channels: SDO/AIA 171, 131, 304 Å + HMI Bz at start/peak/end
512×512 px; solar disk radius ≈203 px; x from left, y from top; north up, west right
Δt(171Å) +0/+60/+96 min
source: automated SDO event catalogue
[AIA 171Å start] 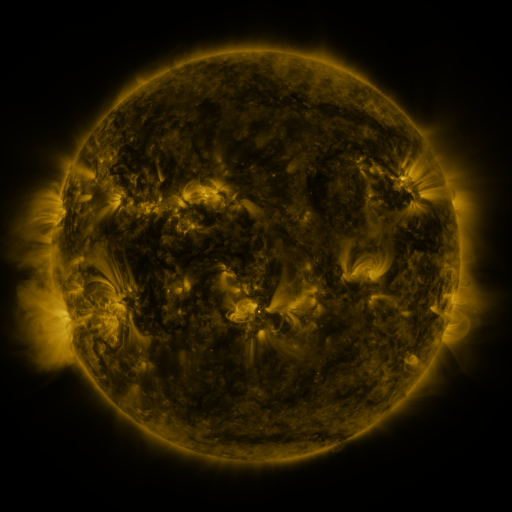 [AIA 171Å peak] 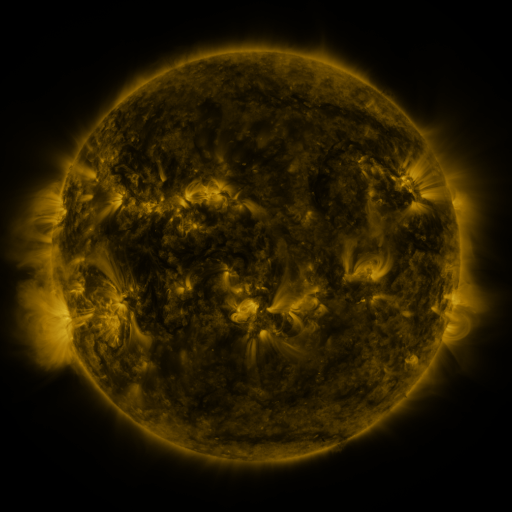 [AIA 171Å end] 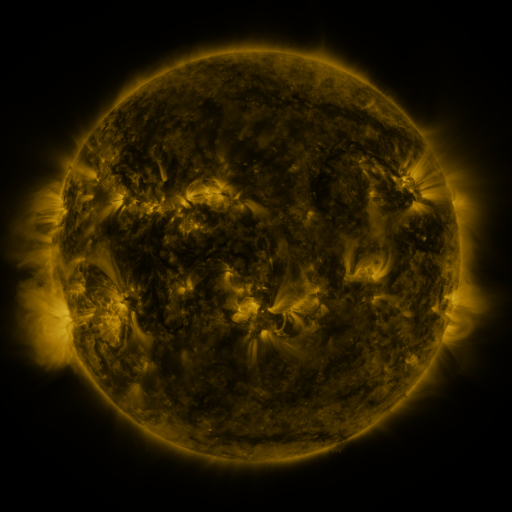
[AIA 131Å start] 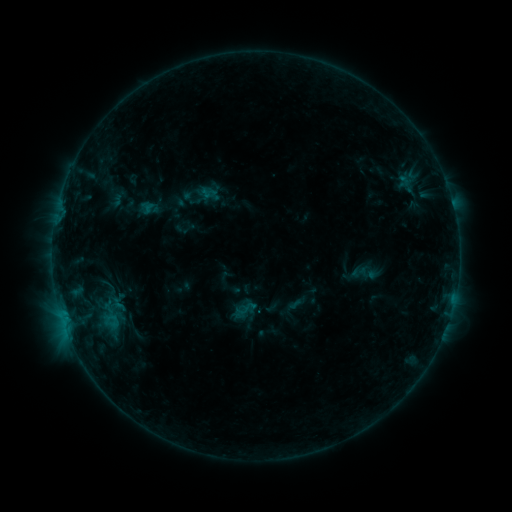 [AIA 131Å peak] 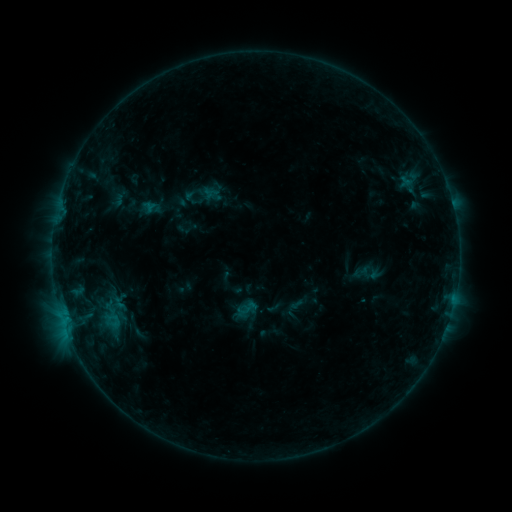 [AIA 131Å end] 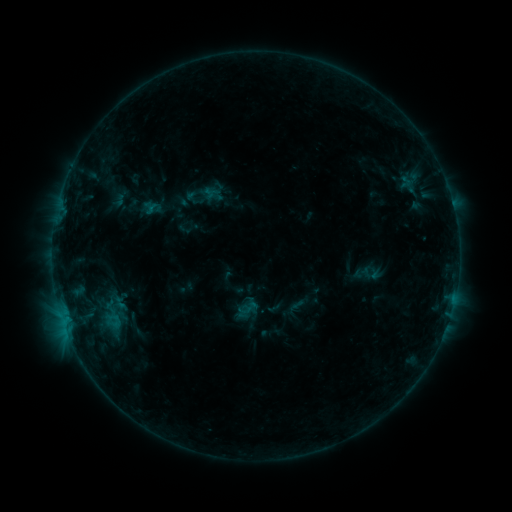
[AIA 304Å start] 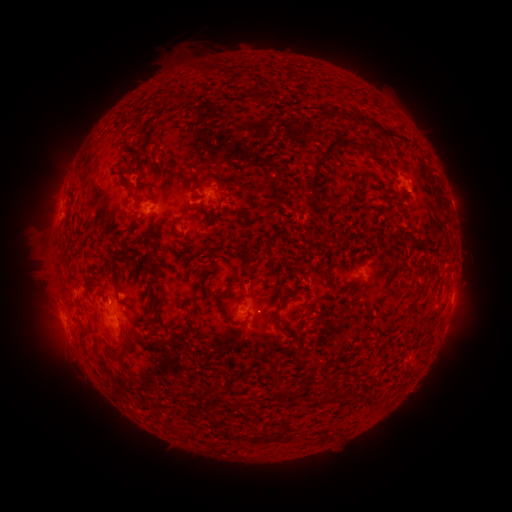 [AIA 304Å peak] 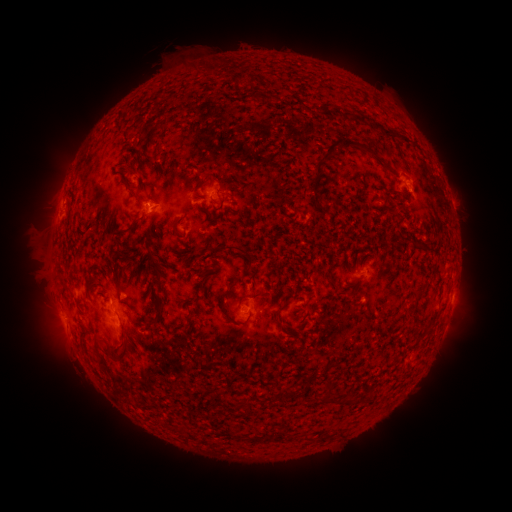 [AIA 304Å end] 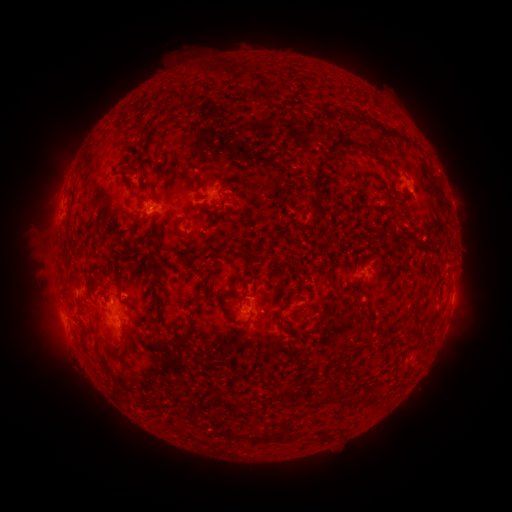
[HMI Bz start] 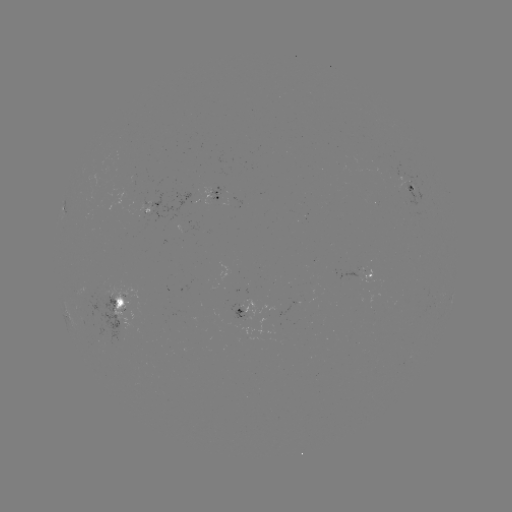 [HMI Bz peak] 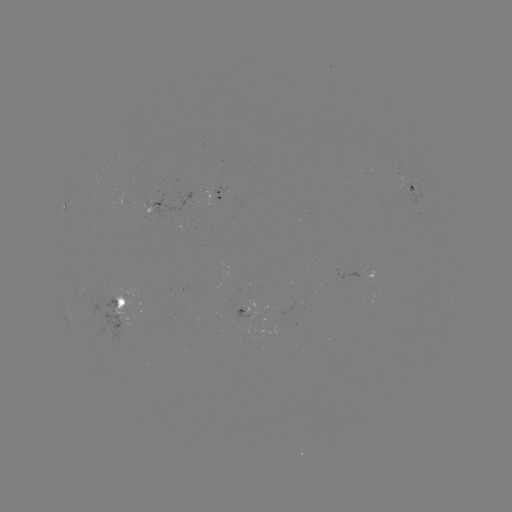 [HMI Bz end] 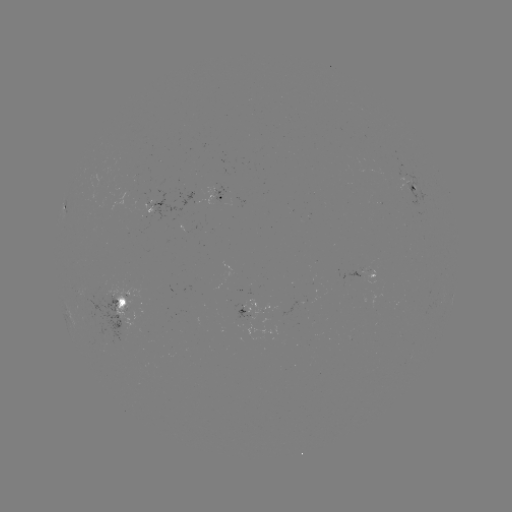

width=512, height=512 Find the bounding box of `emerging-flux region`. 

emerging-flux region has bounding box [231, 299, 268, 315].